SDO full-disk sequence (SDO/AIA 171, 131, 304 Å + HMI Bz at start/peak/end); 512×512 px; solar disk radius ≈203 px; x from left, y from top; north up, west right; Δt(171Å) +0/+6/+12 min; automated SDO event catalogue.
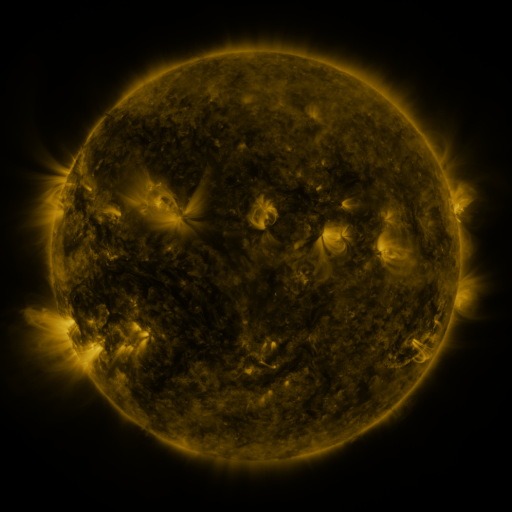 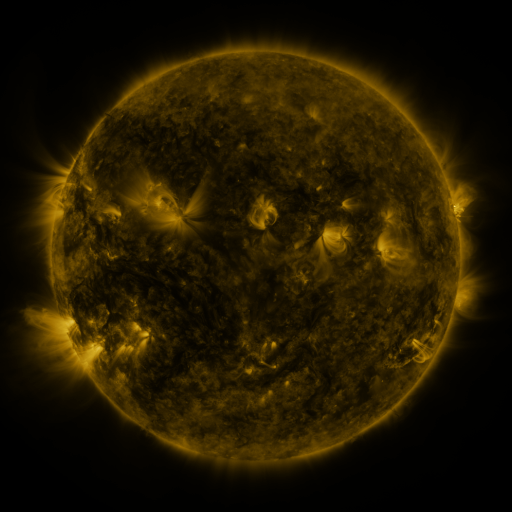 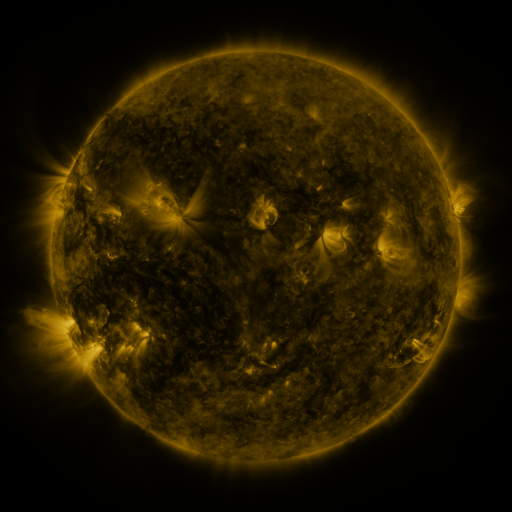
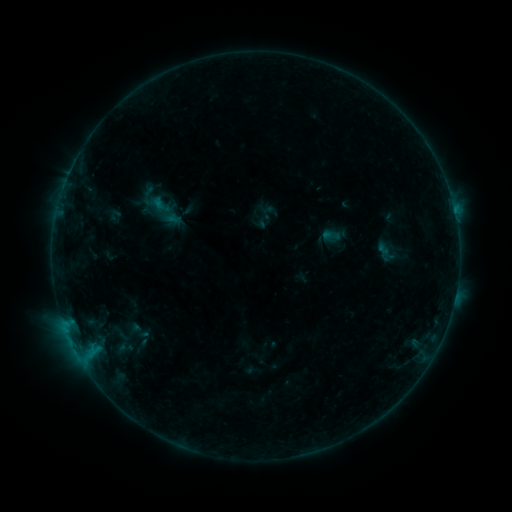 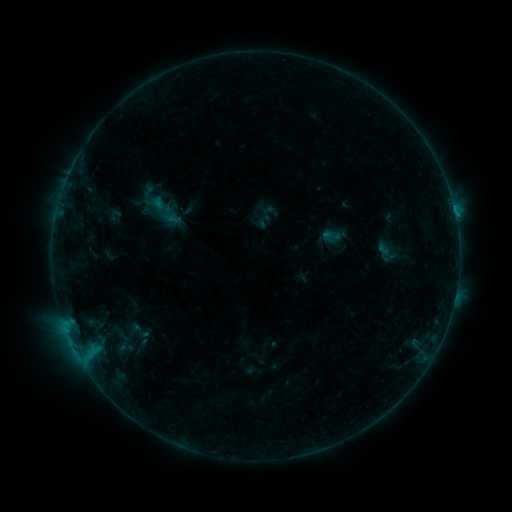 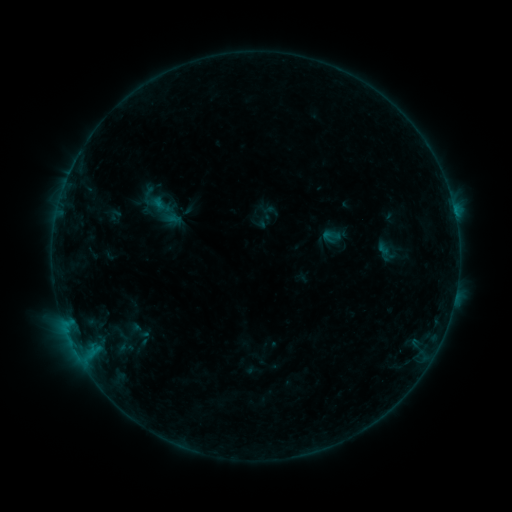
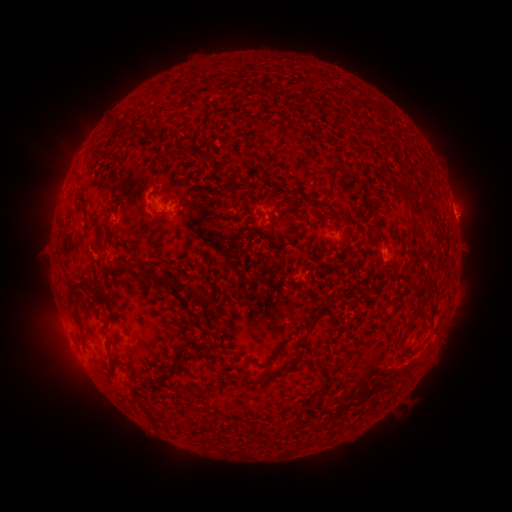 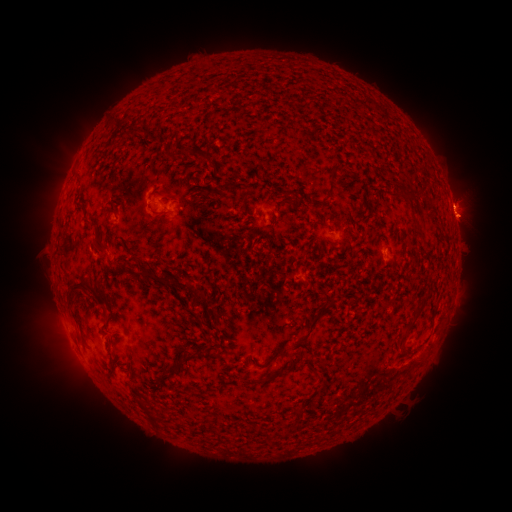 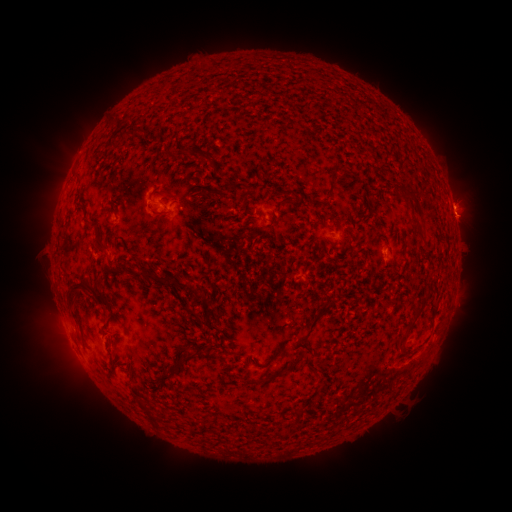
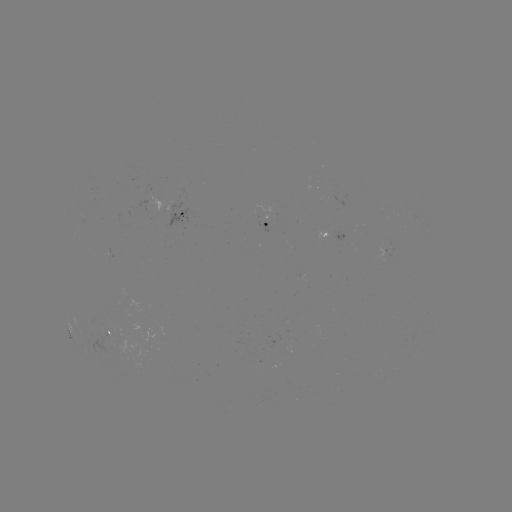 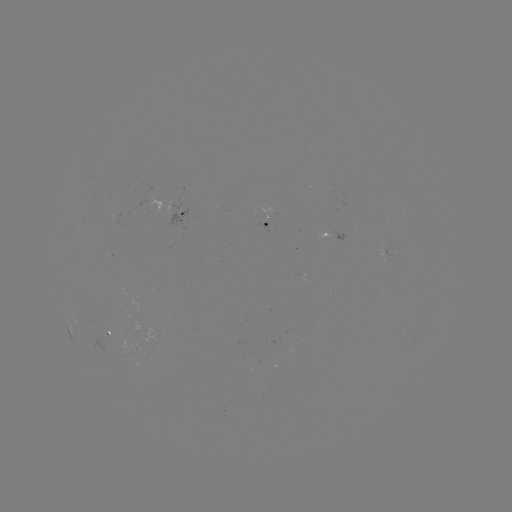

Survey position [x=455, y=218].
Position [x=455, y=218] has B3.8 flare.